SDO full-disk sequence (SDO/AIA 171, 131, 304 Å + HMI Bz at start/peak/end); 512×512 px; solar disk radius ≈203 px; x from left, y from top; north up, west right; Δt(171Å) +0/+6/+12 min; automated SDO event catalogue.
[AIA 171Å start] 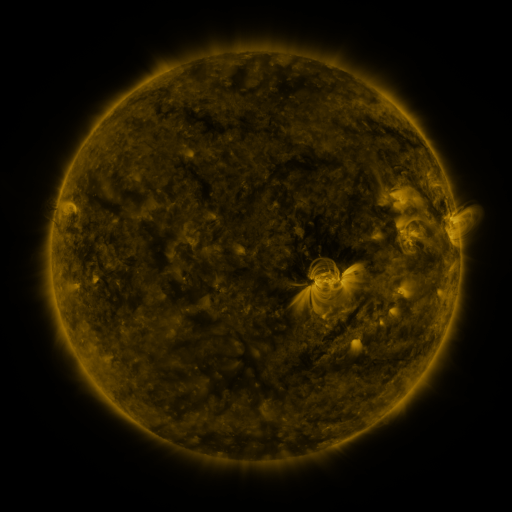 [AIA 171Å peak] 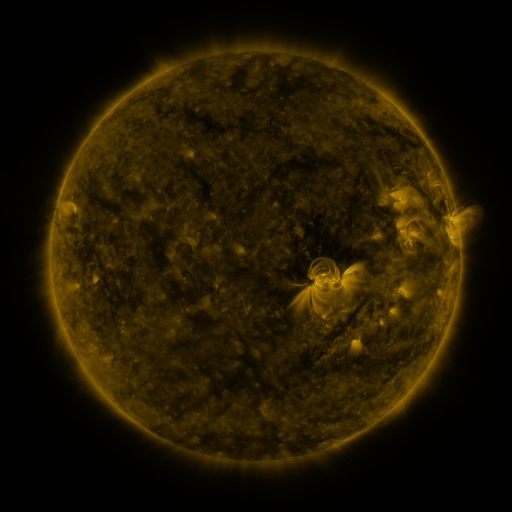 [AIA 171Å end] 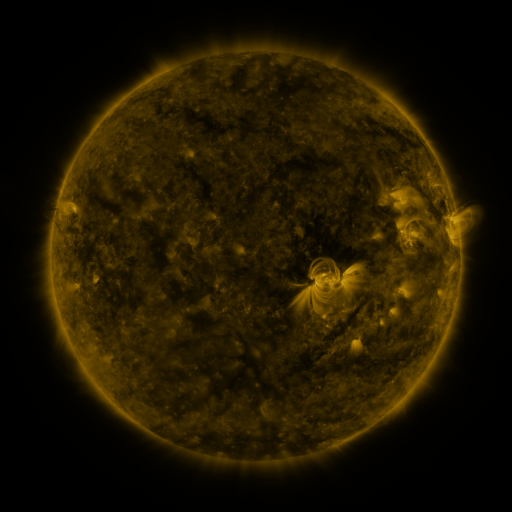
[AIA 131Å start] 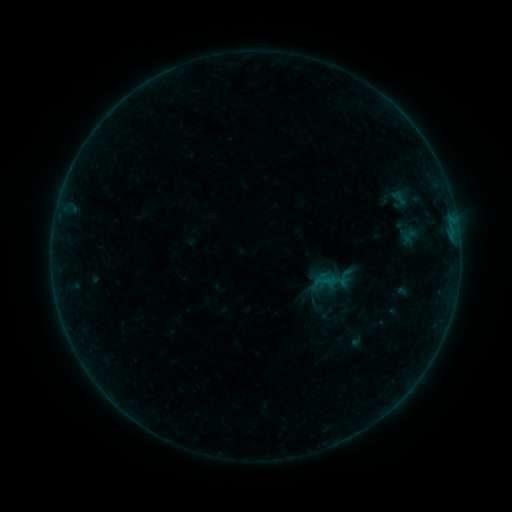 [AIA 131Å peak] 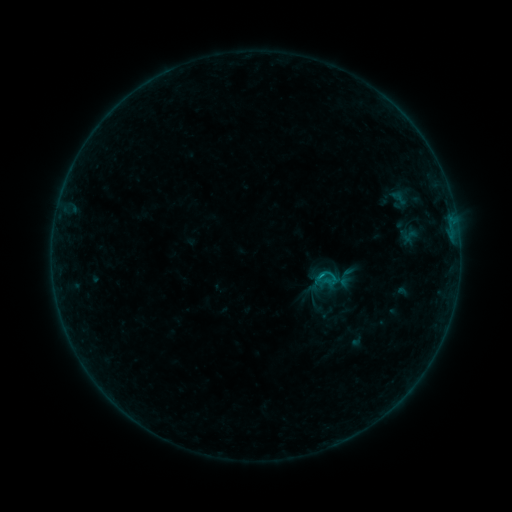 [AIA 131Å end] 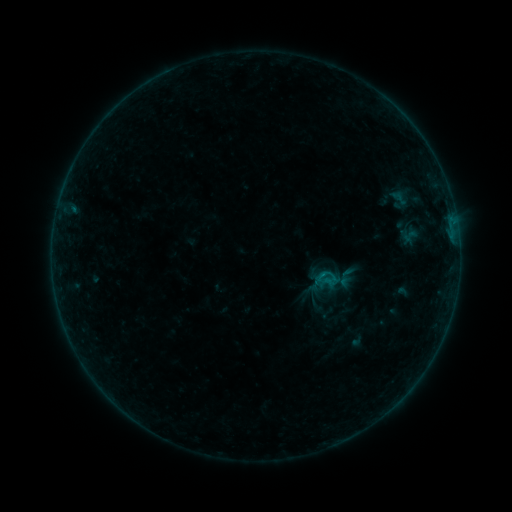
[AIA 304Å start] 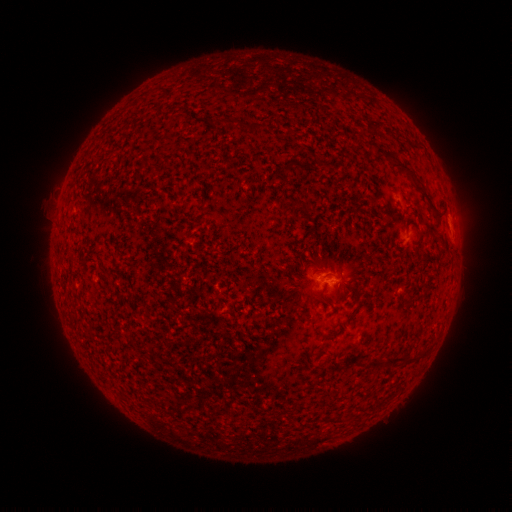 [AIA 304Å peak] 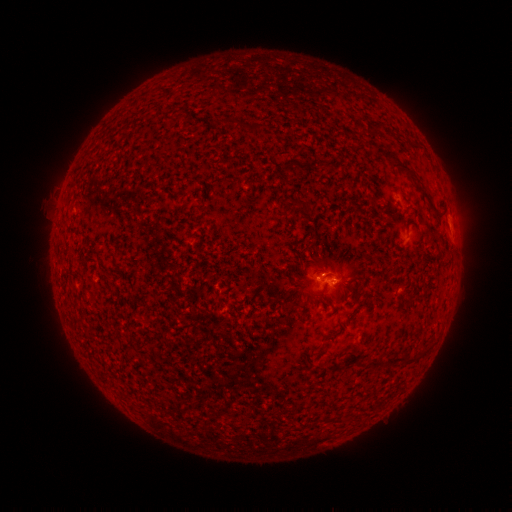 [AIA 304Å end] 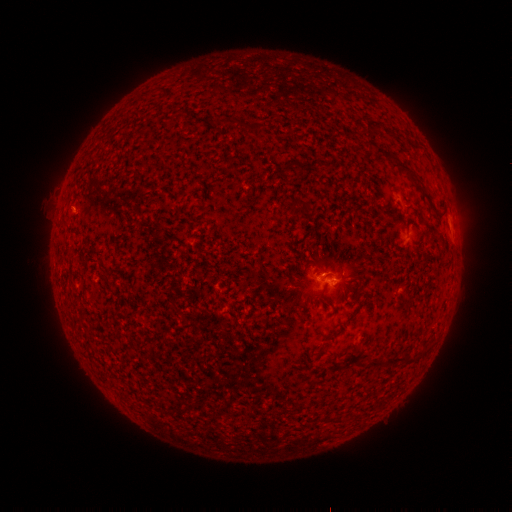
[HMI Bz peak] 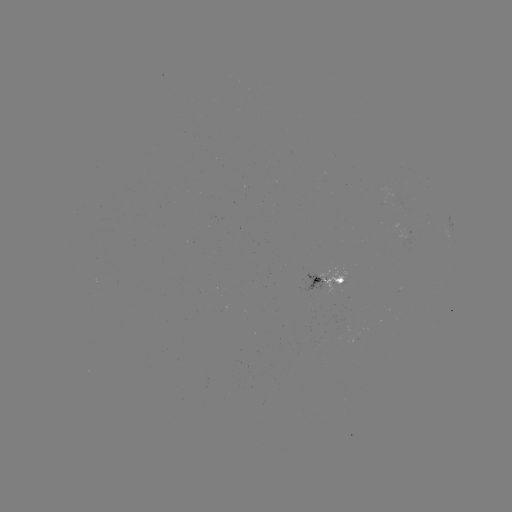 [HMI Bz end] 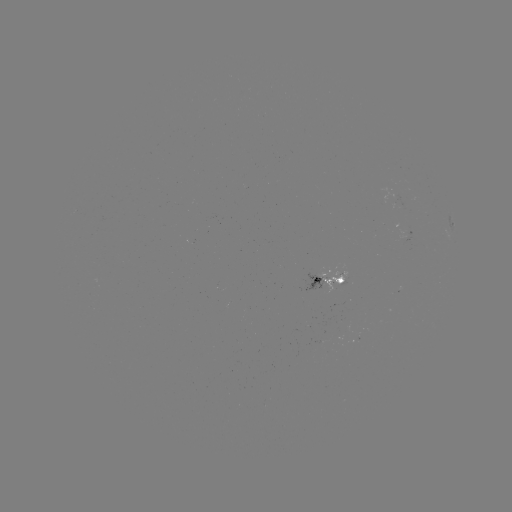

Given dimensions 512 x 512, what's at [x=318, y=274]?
B3.5 flare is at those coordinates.